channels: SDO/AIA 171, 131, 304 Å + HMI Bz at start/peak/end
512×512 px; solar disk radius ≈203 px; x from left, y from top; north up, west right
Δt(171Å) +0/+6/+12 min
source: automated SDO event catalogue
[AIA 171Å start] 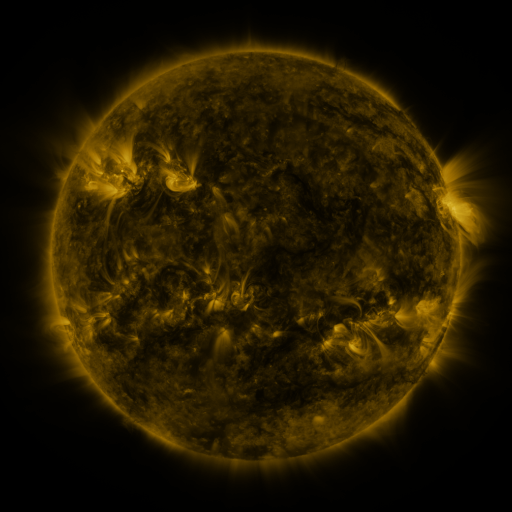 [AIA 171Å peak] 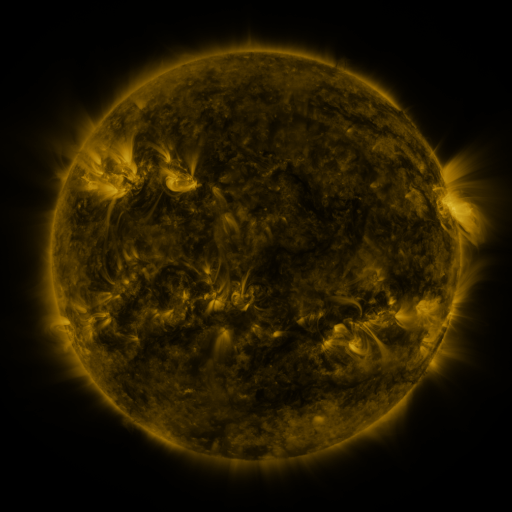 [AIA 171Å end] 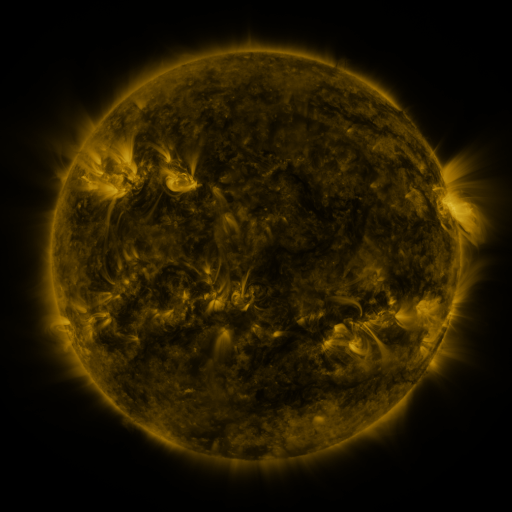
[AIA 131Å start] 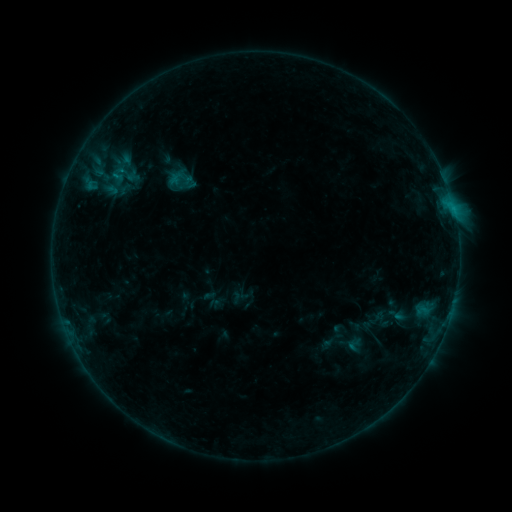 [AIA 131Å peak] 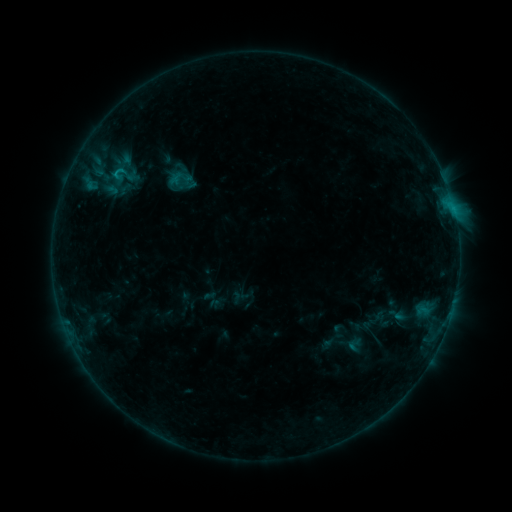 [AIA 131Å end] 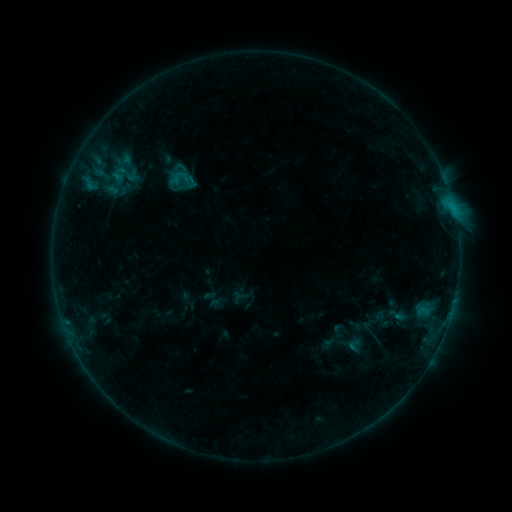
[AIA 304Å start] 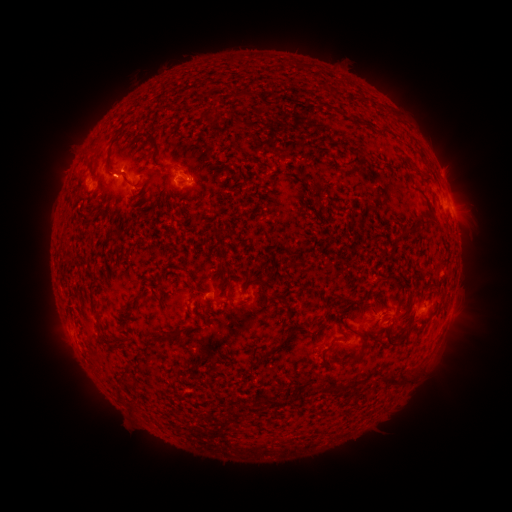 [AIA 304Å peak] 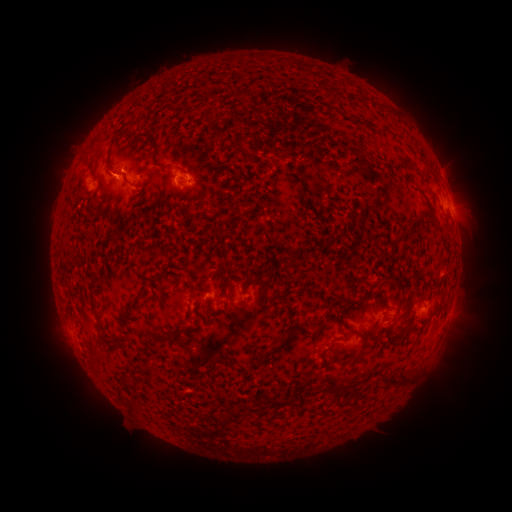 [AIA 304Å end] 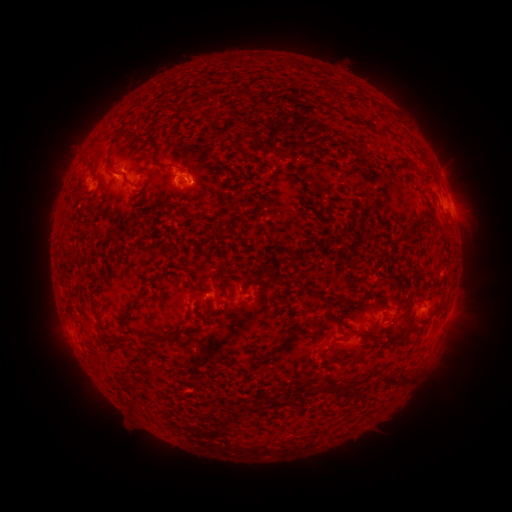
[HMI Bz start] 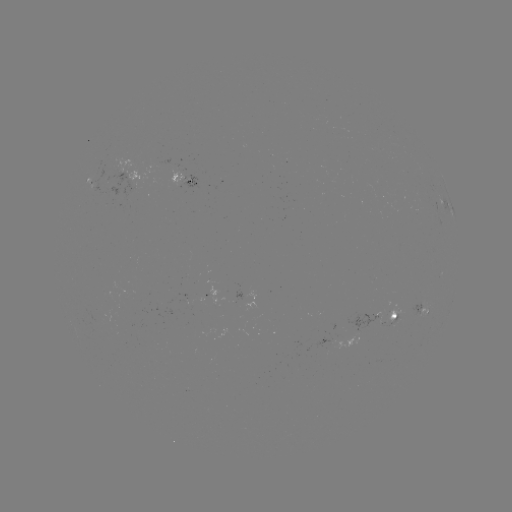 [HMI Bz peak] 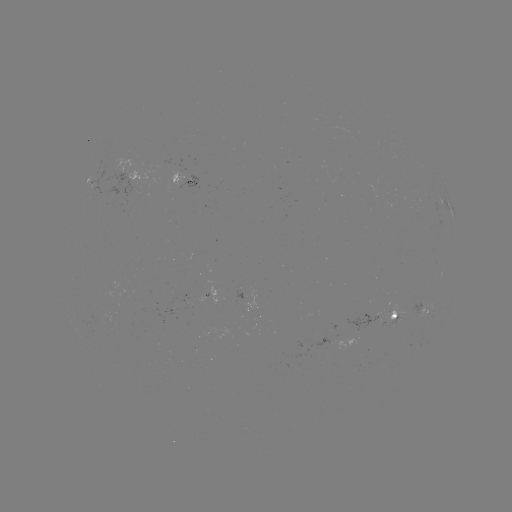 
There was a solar flare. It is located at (120, 171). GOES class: B7.9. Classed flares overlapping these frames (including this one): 1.